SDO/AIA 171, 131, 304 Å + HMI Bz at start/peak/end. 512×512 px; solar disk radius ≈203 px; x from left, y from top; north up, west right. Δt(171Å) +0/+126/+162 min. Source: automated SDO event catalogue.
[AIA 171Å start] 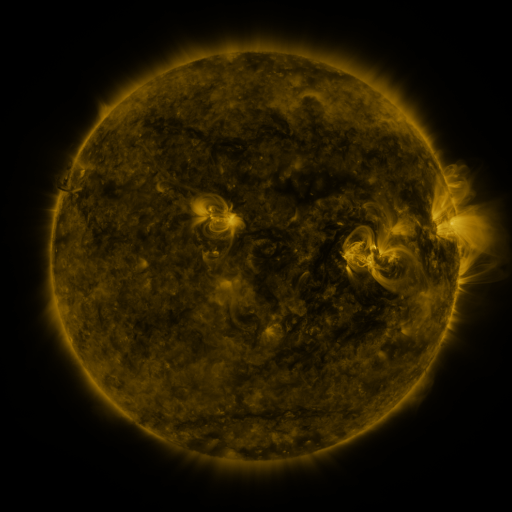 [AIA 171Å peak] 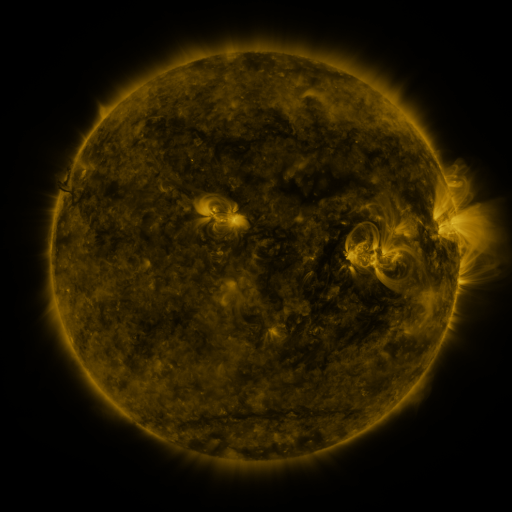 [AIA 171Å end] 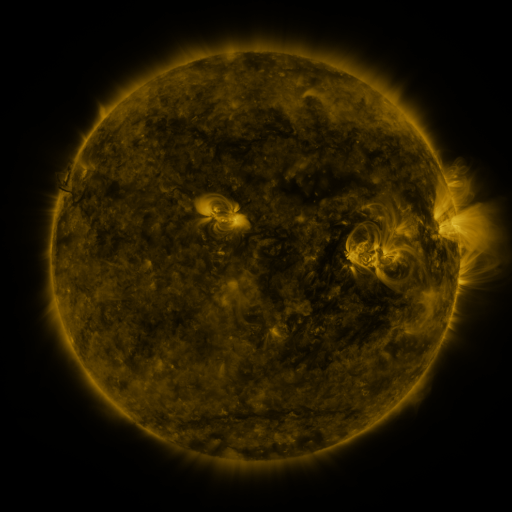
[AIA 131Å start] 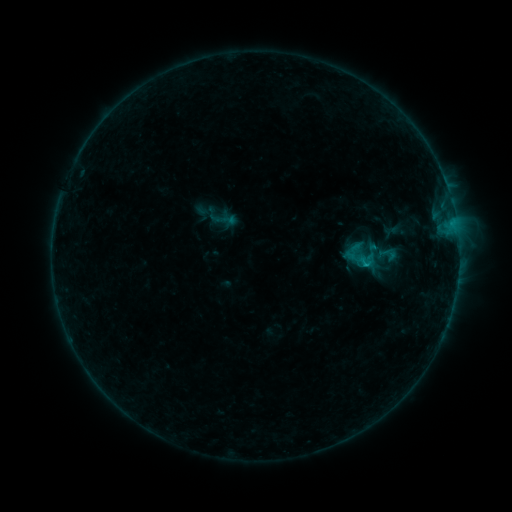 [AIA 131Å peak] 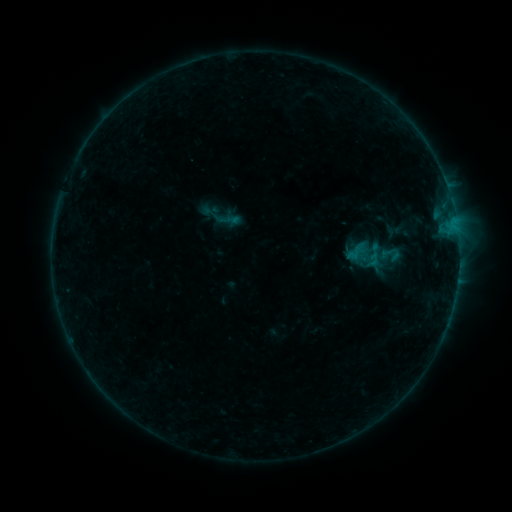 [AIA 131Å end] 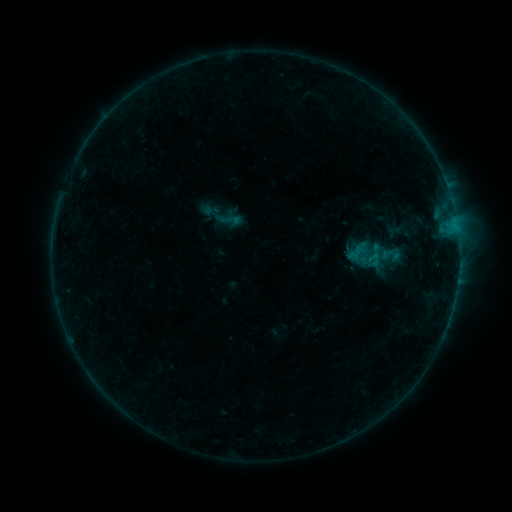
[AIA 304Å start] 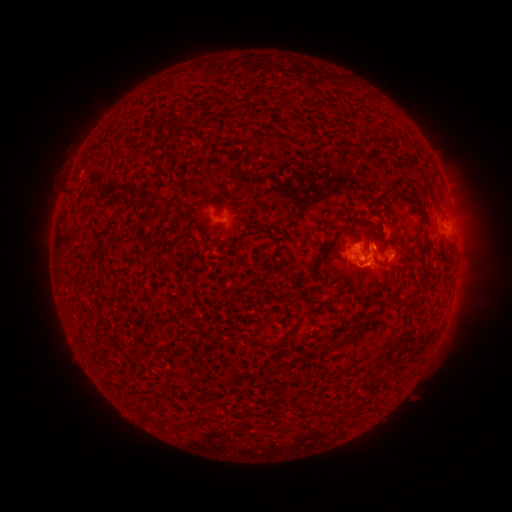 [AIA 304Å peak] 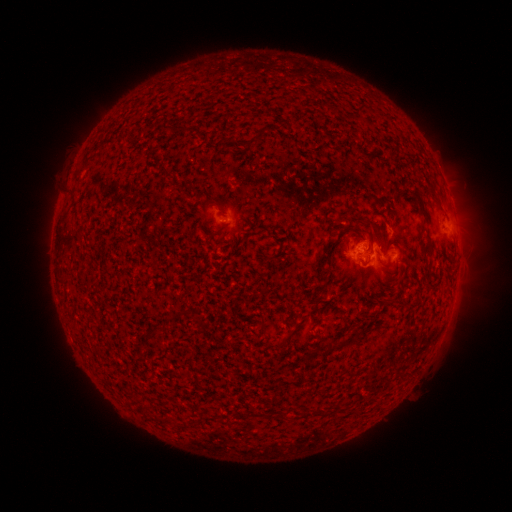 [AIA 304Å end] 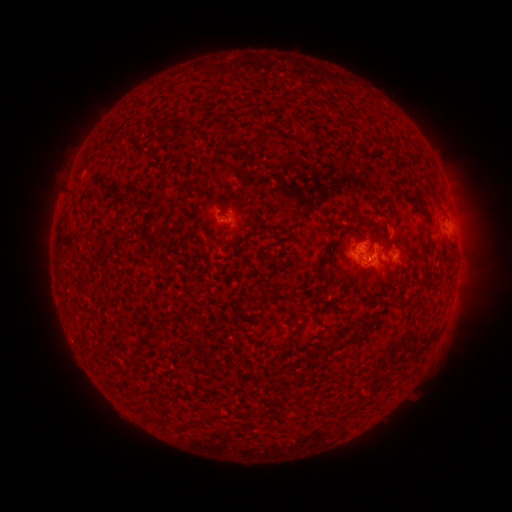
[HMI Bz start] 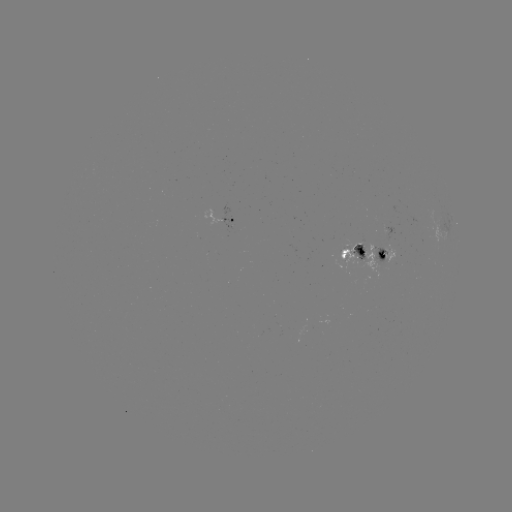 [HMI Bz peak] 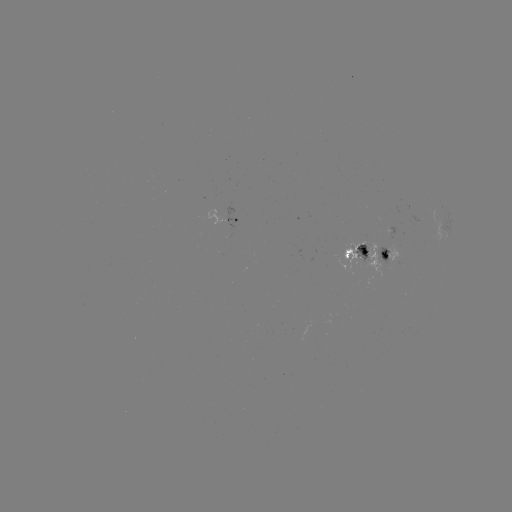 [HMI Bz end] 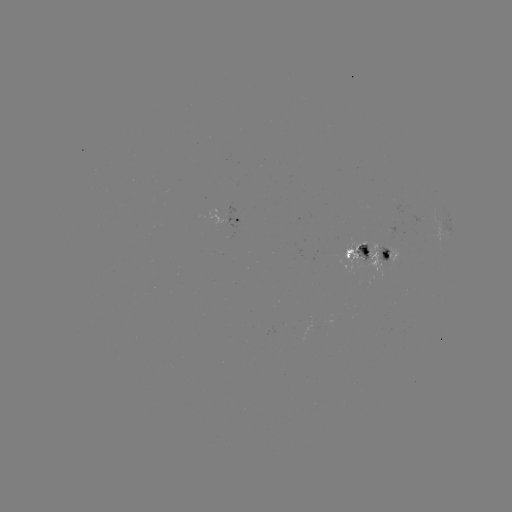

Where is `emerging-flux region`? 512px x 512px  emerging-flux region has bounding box [354, 243, 369, 260].